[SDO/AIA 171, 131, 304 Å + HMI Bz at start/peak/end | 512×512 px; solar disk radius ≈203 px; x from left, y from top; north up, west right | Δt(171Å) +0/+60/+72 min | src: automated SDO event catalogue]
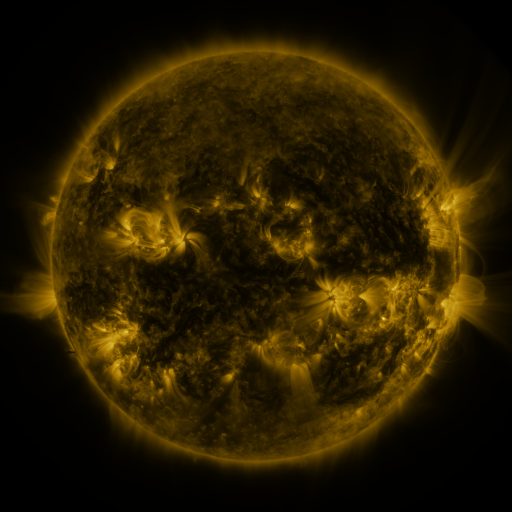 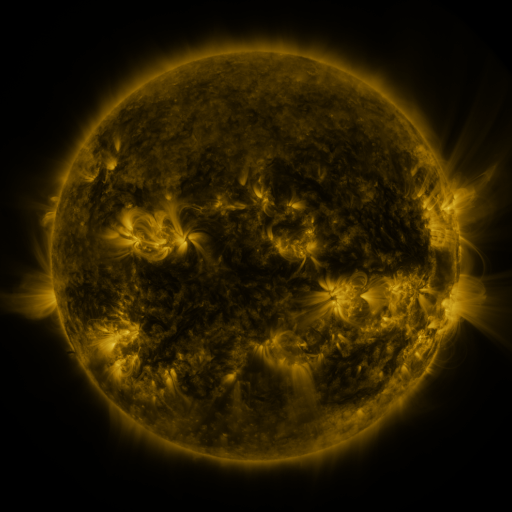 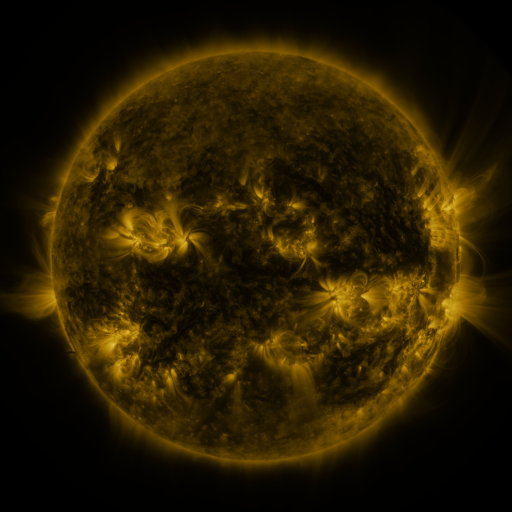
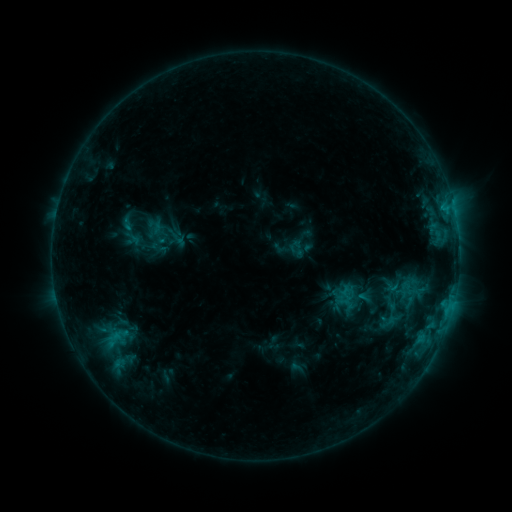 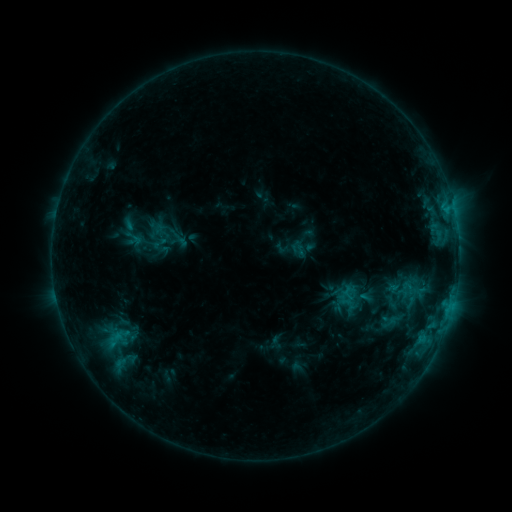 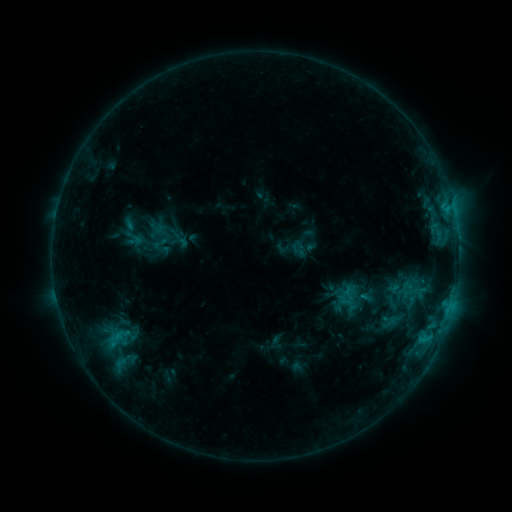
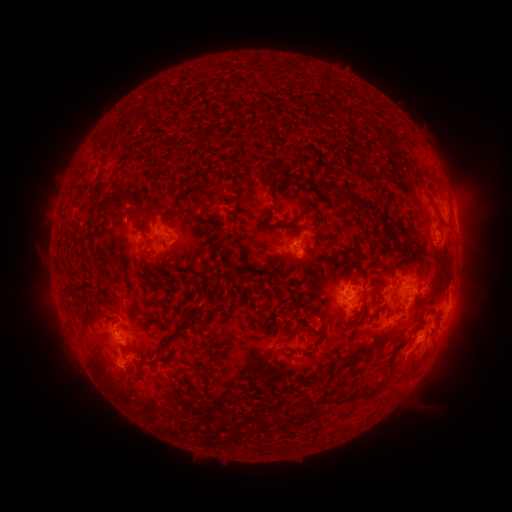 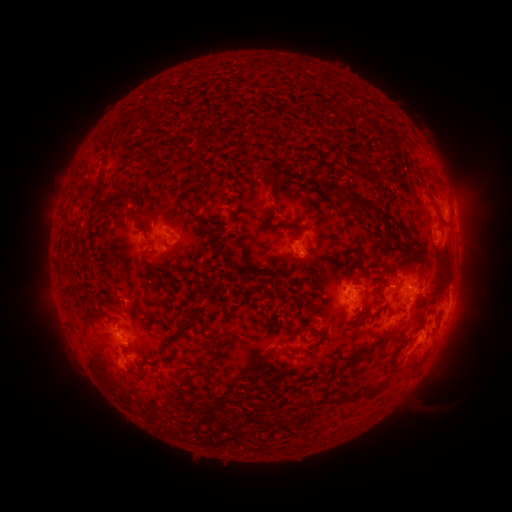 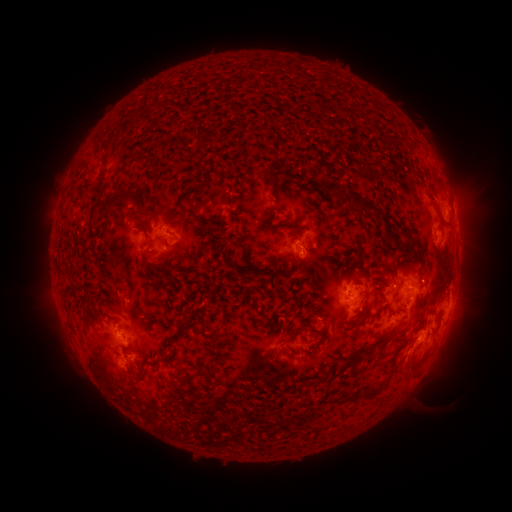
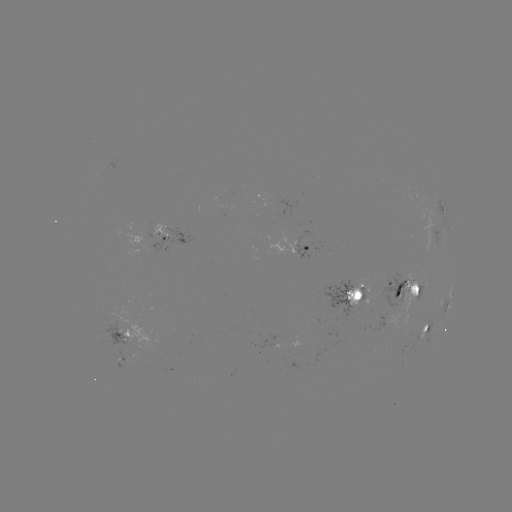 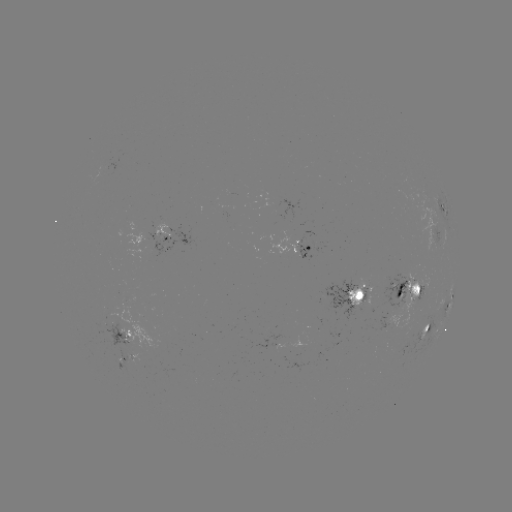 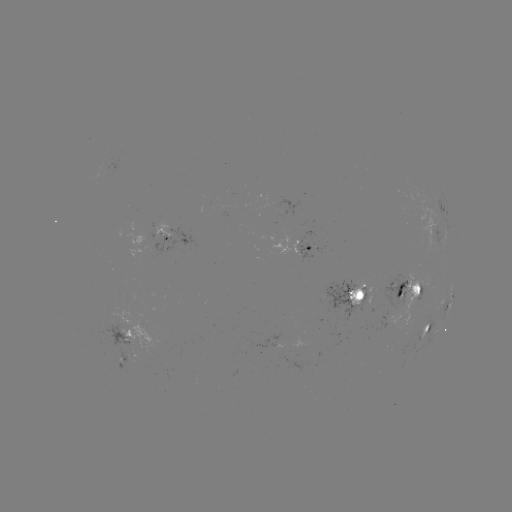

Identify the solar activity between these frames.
emerging-flux region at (159, 242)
